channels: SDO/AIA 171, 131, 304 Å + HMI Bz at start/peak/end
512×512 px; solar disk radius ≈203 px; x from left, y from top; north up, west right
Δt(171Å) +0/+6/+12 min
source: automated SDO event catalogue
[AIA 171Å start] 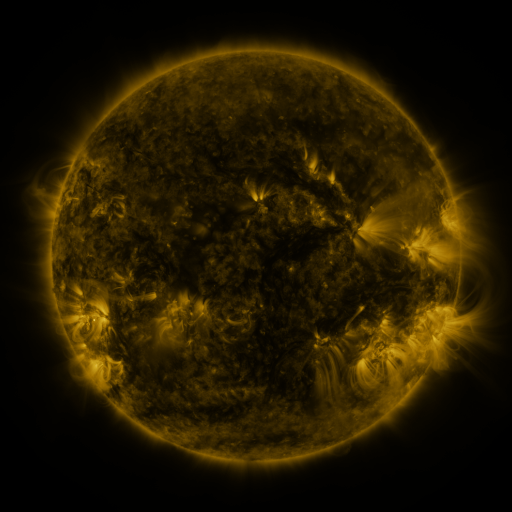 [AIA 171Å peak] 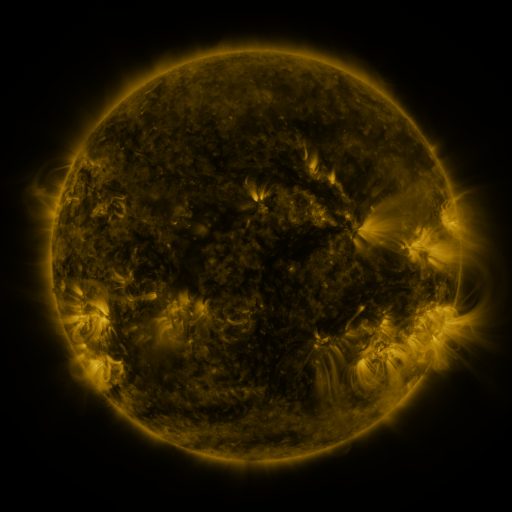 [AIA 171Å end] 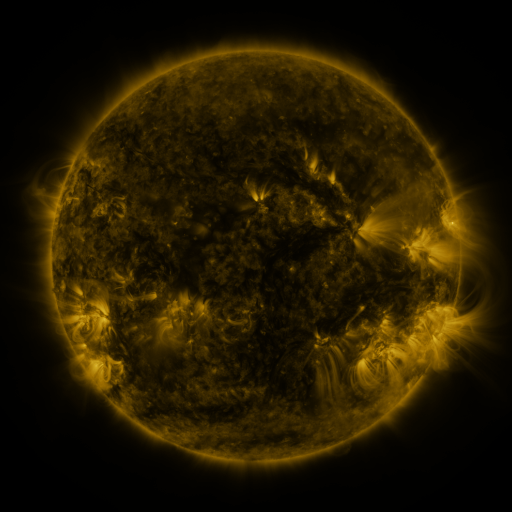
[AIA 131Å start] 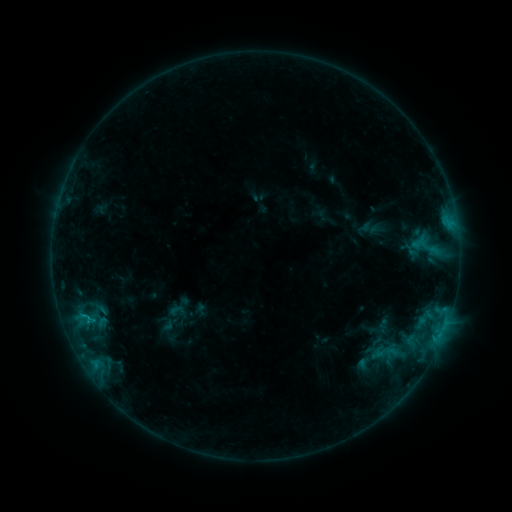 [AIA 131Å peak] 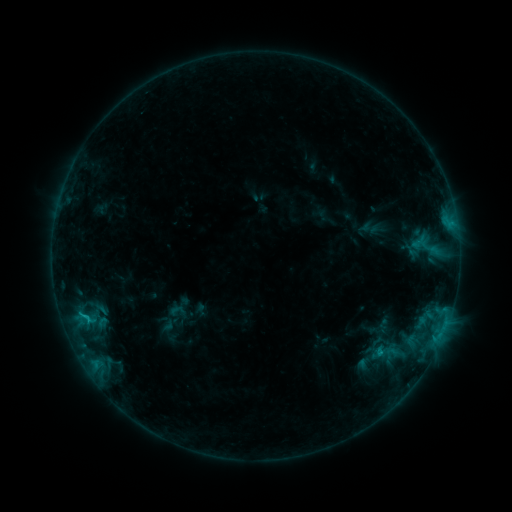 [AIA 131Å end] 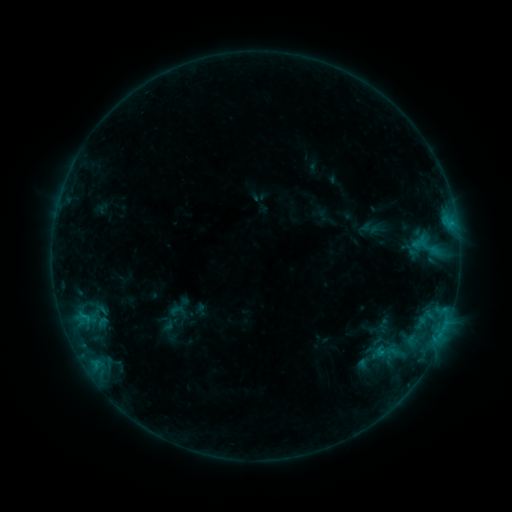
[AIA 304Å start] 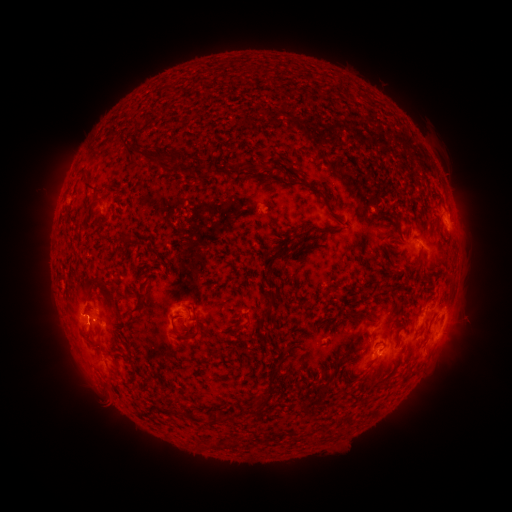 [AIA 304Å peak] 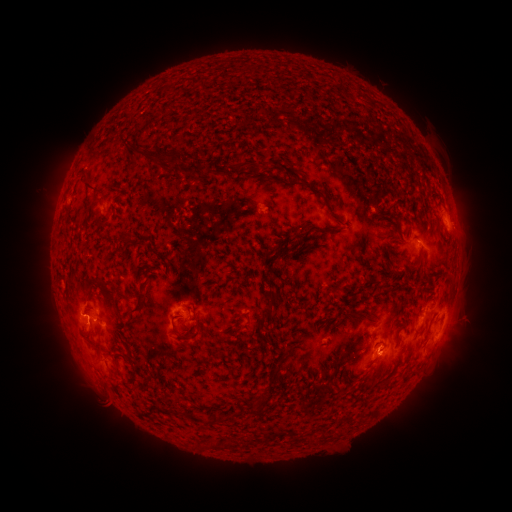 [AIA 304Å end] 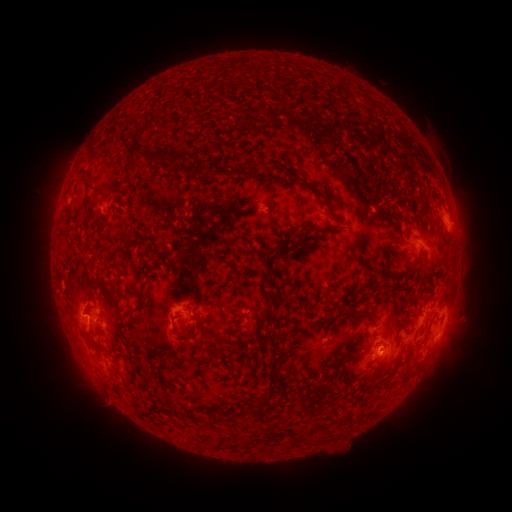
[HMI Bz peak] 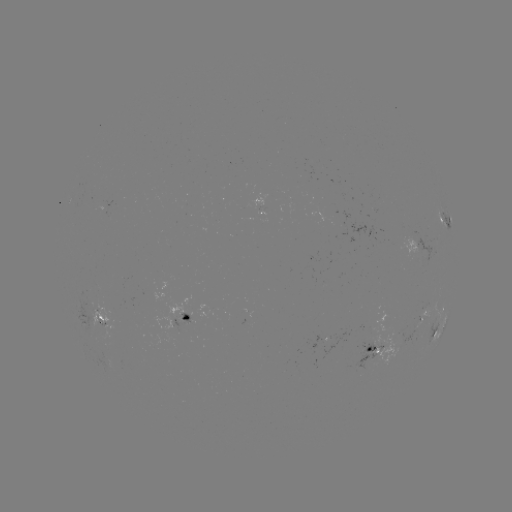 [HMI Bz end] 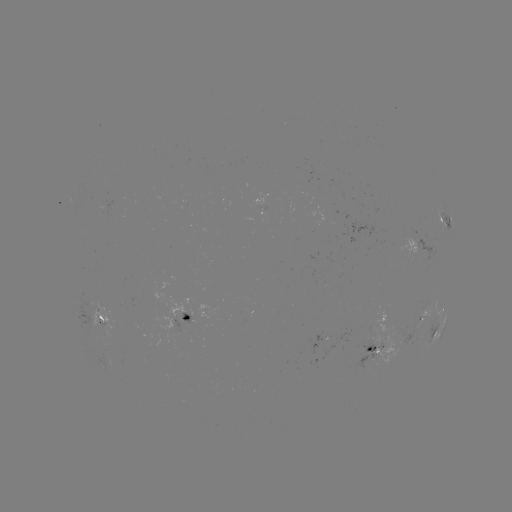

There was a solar flare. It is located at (88, 315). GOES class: B9.1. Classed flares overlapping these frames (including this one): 1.